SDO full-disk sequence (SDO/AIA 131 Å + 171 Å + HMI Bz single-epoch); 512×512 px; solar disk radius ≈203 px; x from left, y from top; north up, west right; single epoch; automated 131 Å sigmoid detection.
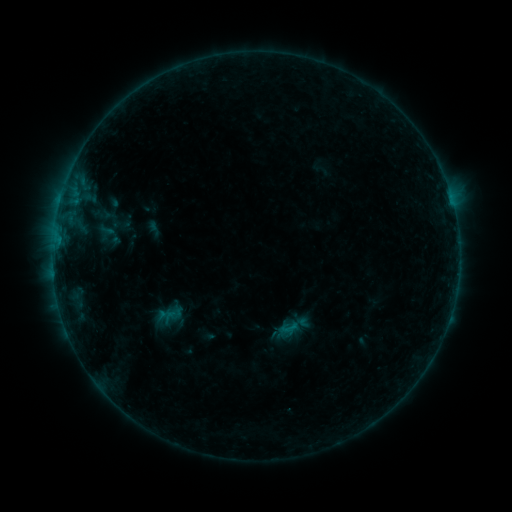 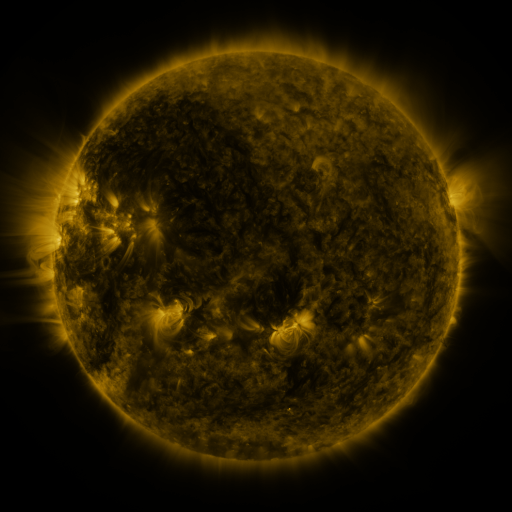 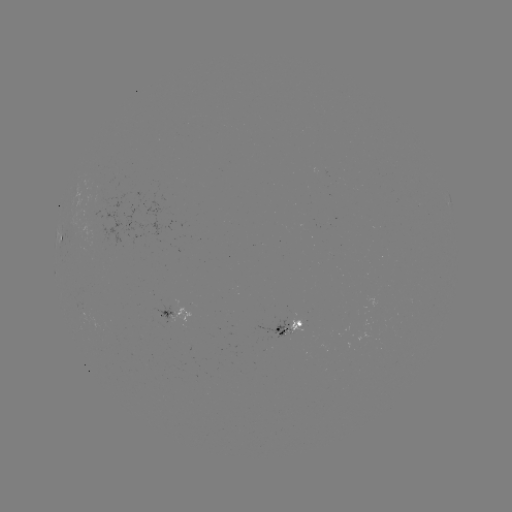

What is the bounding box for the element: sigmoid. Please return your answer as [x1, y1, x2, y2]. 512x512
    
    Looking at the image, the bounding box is [280, 319, 299, 338].